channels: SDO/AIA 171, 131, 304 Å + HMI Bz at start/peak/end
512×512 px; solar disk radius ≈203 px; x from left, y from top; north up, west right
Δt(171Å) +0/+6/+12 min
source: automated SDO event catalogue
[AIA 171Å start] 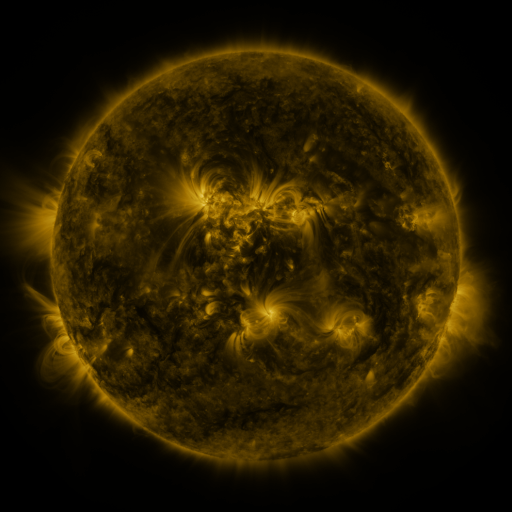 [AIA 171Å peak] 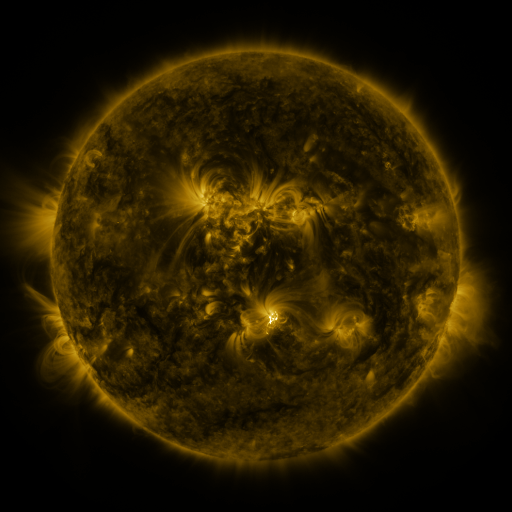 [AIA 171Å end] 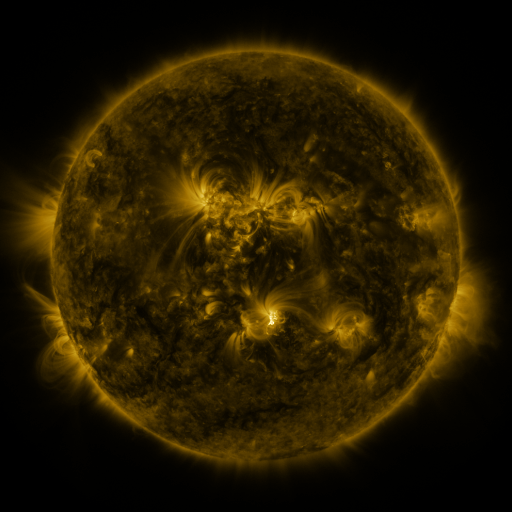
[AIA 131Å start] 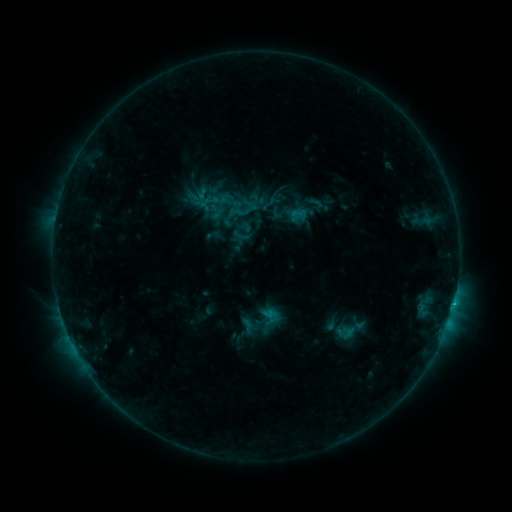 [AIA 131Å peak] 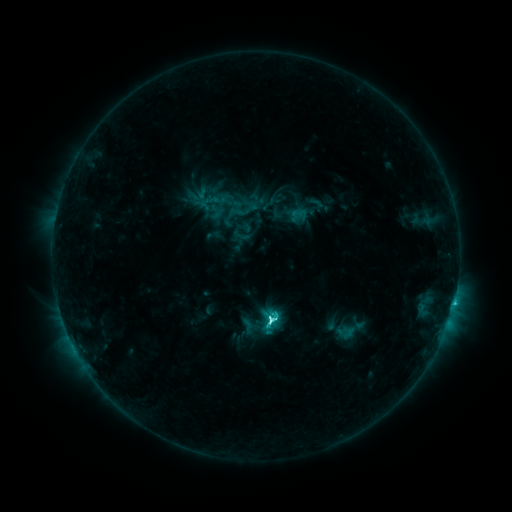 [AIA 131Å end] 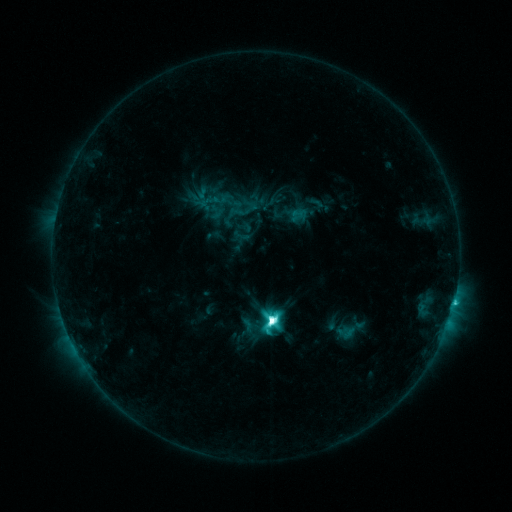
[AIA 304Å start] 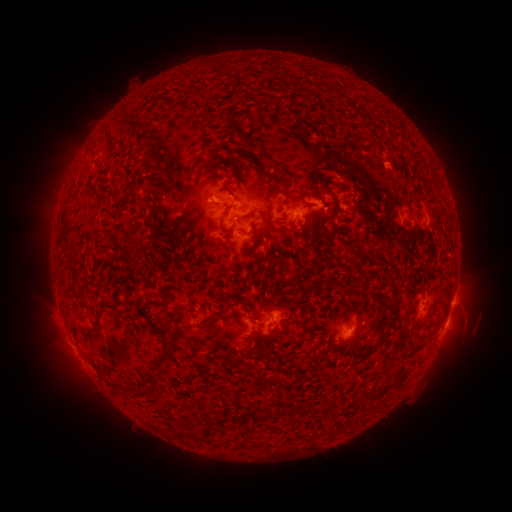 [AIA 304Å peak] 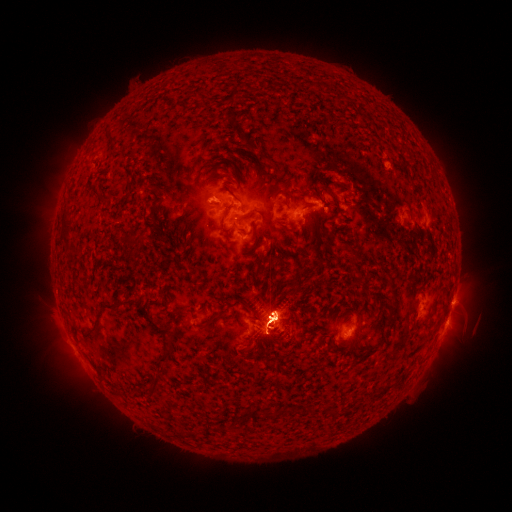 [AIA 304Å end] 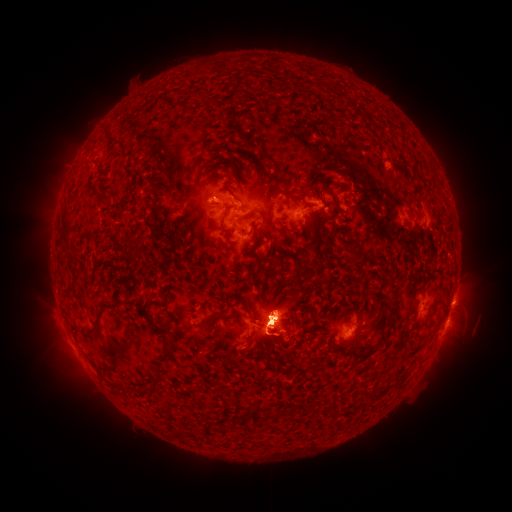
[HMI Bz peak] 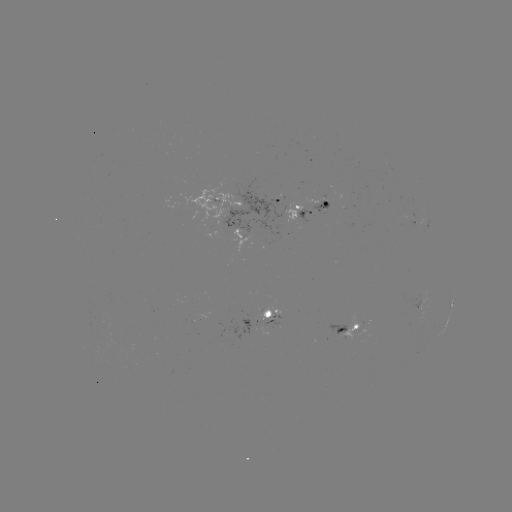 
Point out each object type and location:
eruption: (65, 358)
